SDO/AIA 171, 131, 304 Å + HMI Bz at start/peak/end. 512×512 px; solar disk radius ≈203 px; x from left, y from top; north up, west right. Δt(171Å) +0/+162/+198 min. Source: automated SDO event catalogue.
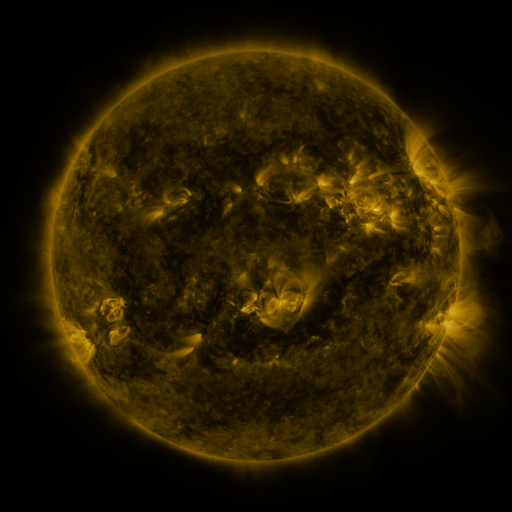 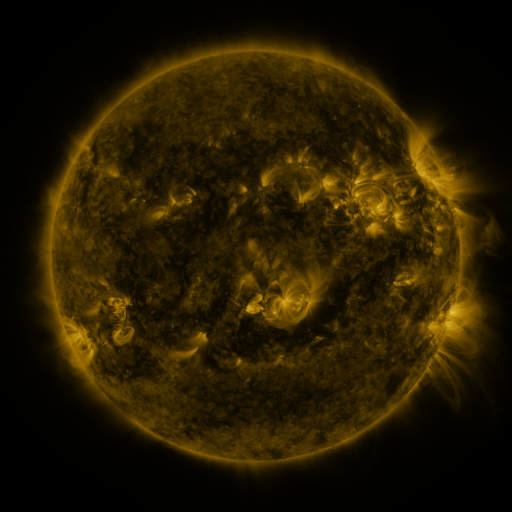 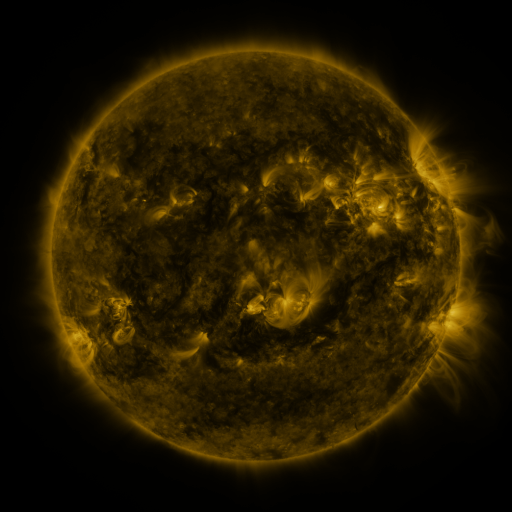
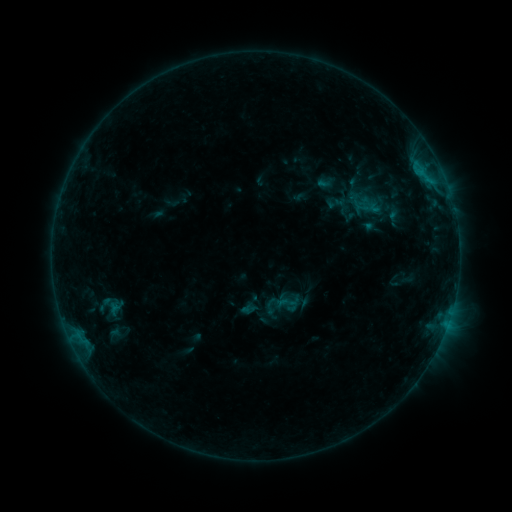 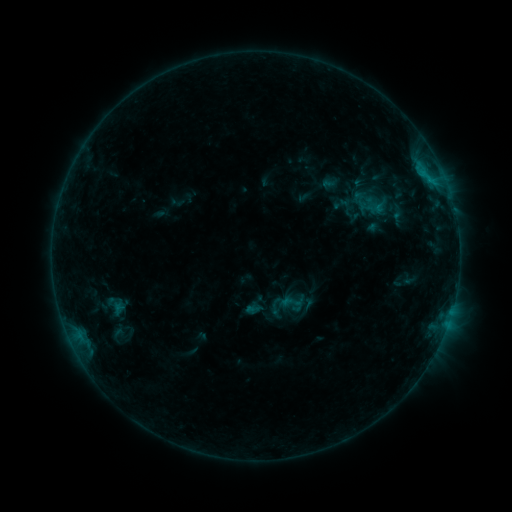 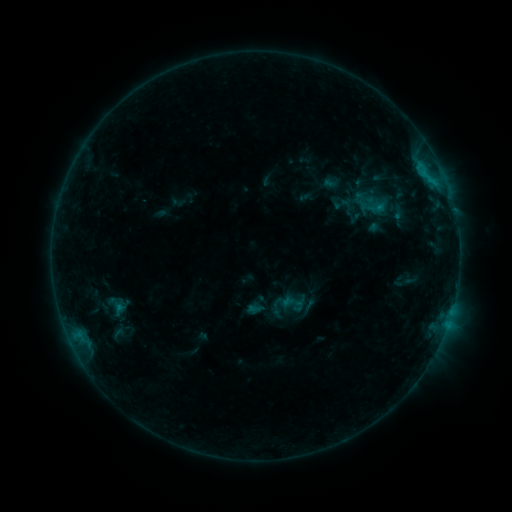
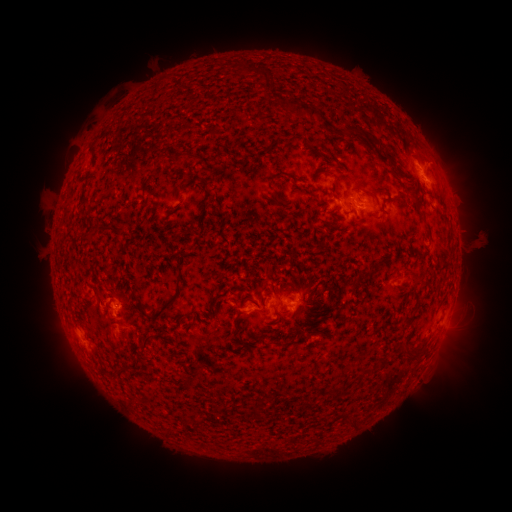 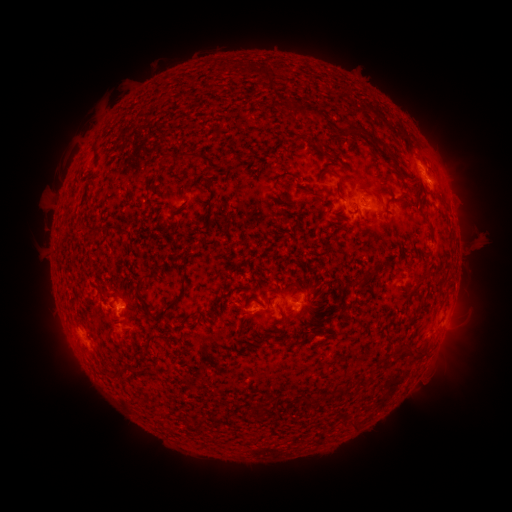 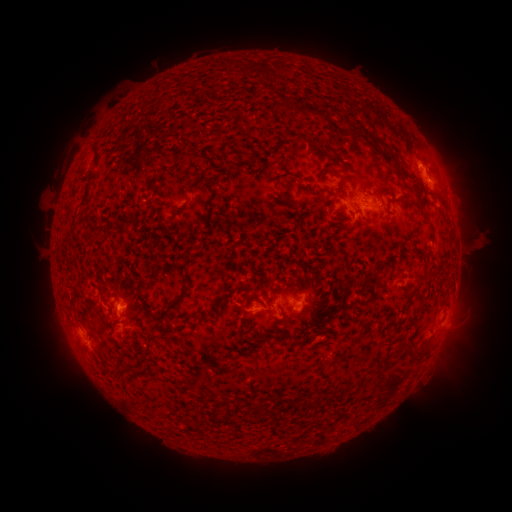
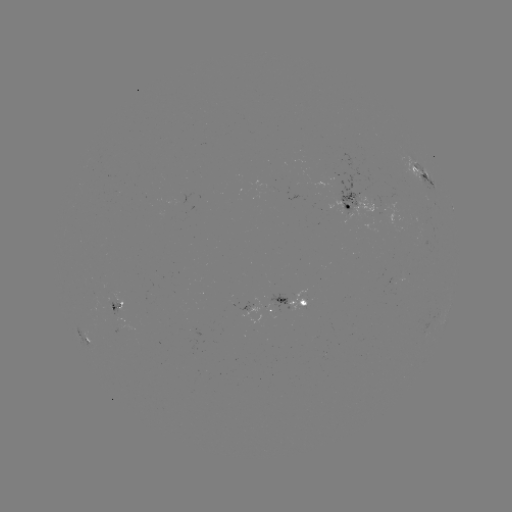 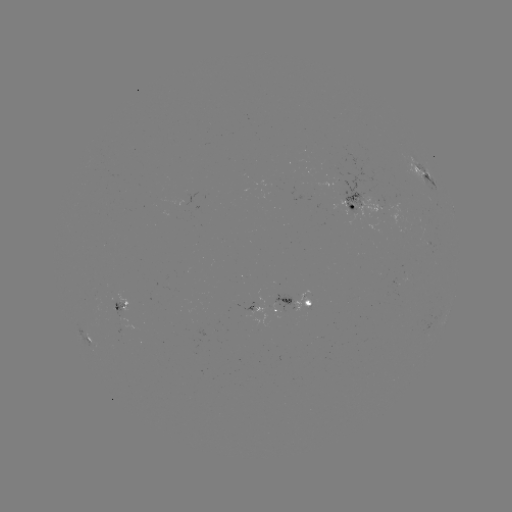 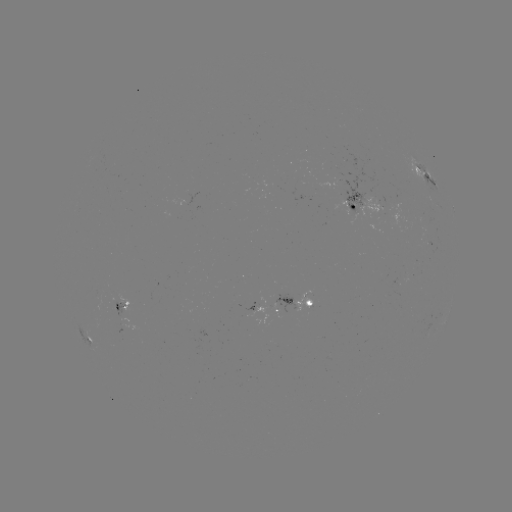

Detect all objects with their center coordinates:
emerging-flux region: (112, 307)
